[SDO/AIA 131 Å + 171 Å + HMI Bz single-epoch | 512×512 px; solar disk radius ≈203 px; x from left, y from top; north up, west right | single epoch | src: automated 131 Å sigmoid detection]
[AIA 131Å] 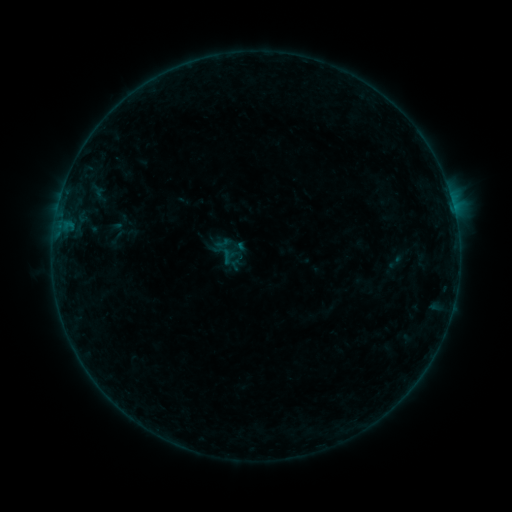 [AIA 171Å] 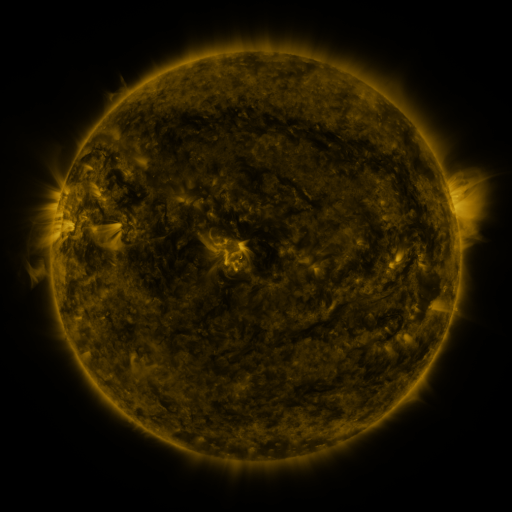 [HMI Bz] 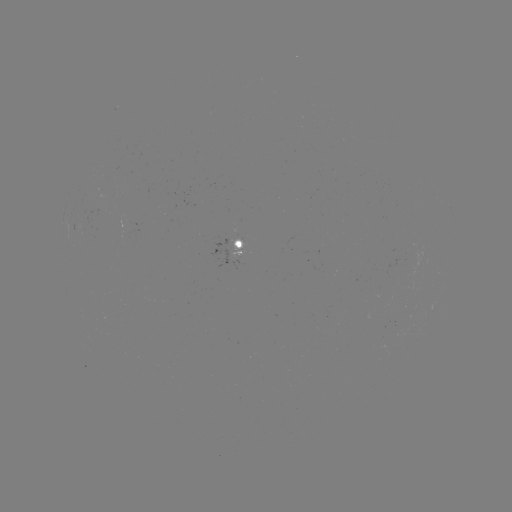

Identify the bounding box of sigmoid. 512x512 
[386, 251, 404, 273].